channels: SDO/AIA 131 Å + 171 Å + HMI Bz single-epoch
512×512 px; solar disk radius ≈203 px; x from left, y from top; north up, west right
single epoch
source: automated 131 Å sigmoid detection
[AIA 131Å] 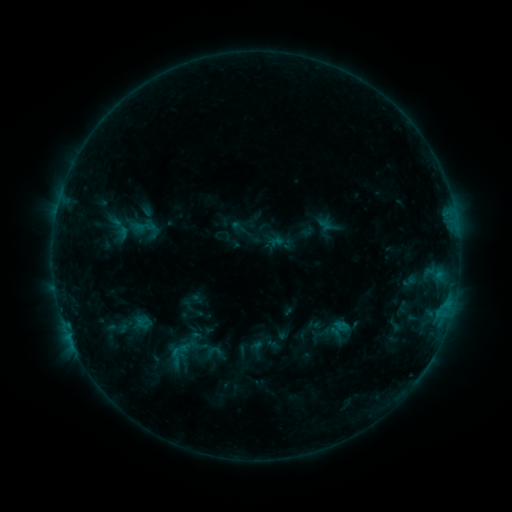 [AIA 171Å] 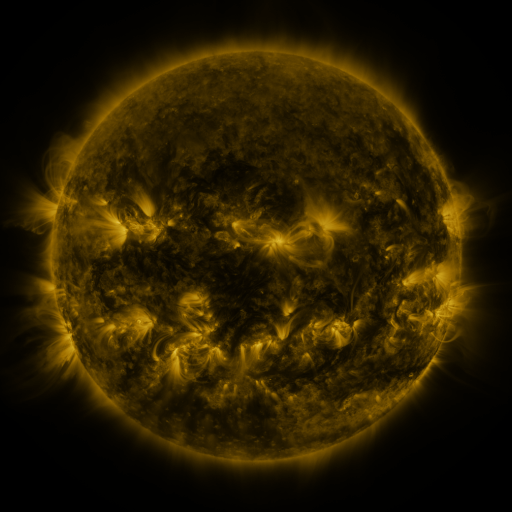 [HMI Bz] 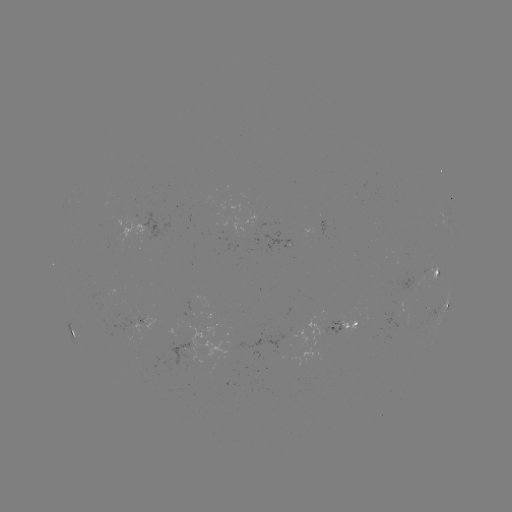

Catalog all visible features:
sigmoid: (145, 229)
sigmoid: (175, 356)
